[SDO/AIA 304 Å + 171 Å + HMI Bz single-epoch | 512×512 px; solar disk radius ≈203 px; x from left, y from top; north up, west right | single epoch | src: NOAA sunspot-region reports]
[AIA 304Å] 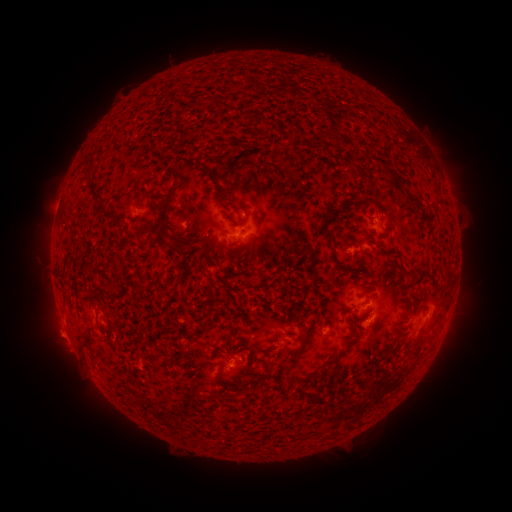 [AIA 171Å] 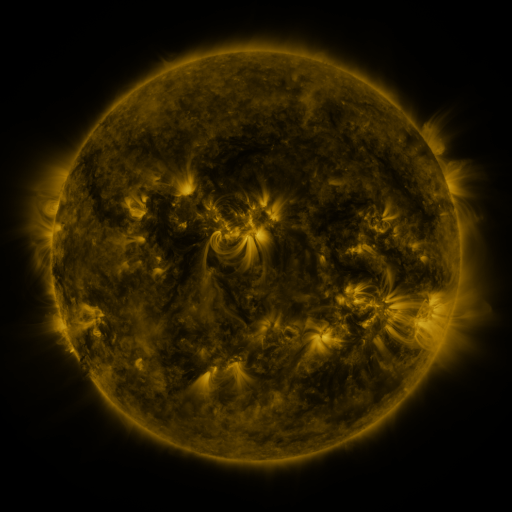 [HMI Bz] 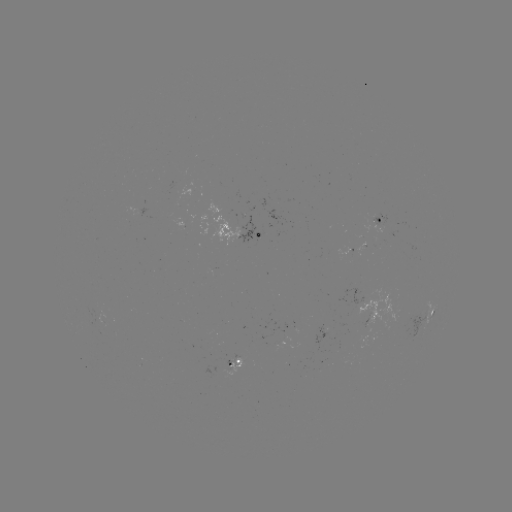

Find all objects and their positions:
spotted active region: (379, 219)
spotted active region: (249, 235)
spotted active region: (427, 315)
spotted active region: (236, 364)
